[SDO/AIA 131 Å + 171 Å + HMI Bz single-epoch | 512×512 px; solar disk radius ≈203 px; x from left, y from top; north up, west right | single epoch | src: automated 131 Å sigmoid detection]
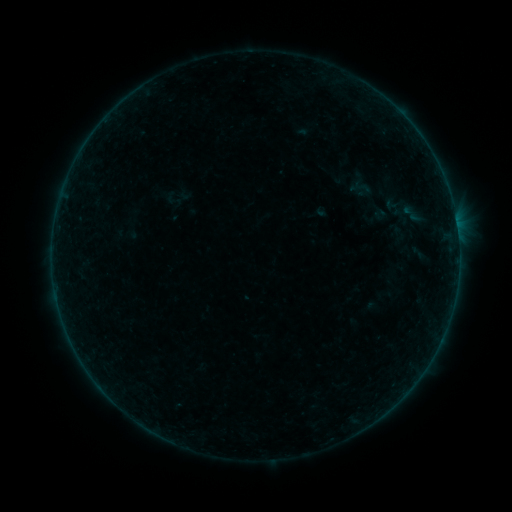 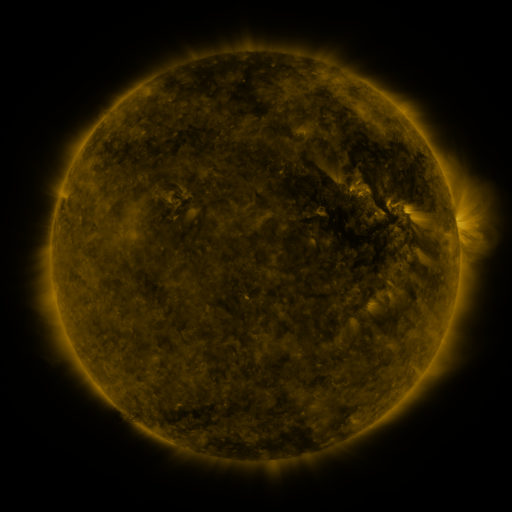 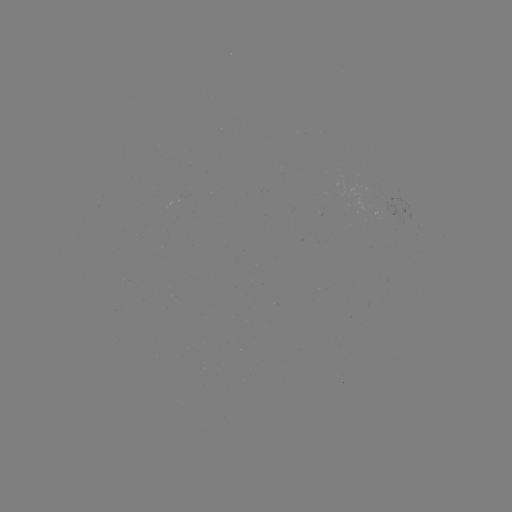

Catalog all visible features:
sigmoid: (364, 187)
sigmoid: (414, 214)
sigmoid: (399, 235)
sigmoid: (418, 253)
